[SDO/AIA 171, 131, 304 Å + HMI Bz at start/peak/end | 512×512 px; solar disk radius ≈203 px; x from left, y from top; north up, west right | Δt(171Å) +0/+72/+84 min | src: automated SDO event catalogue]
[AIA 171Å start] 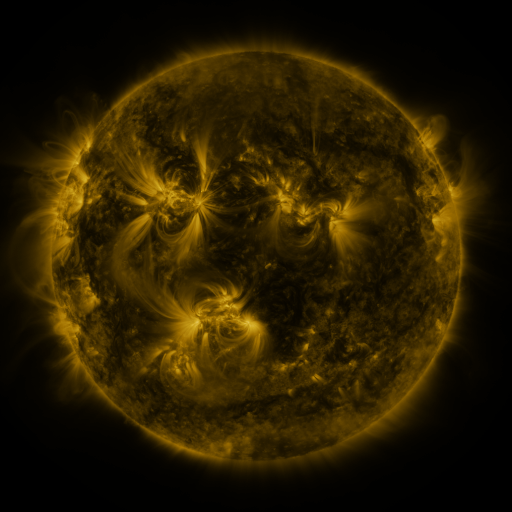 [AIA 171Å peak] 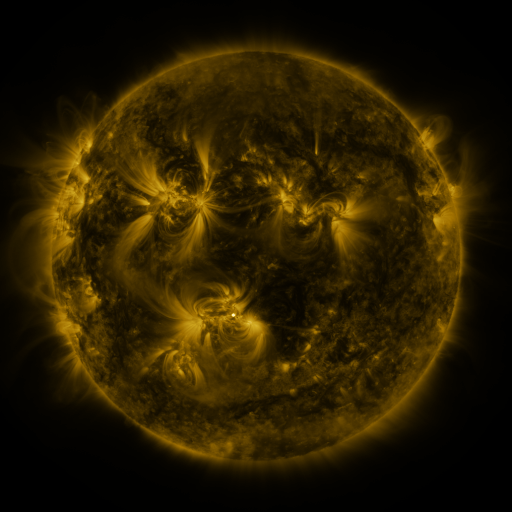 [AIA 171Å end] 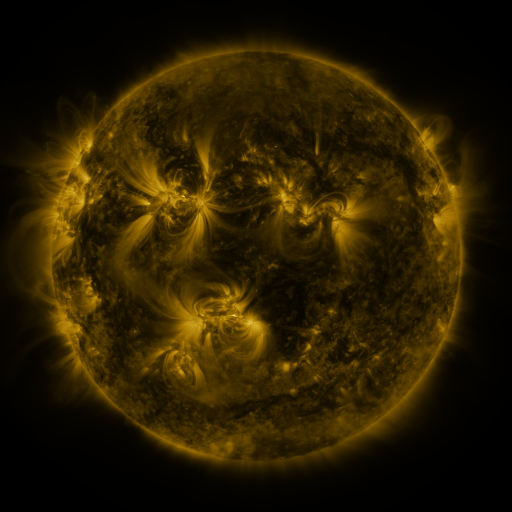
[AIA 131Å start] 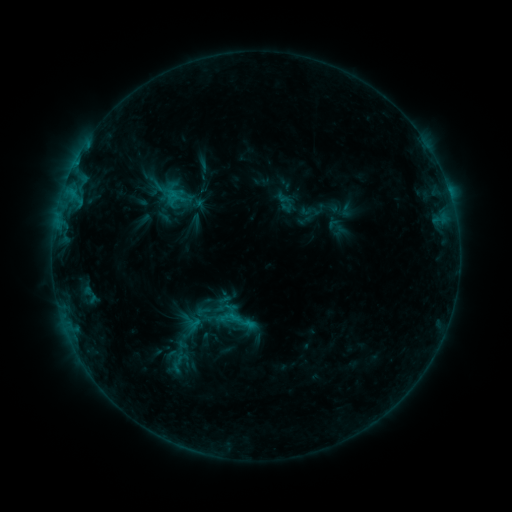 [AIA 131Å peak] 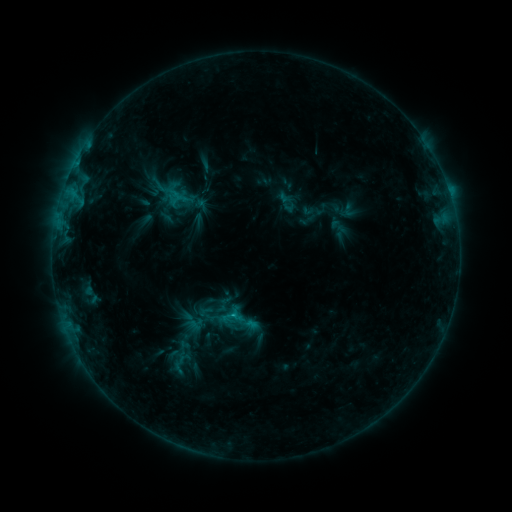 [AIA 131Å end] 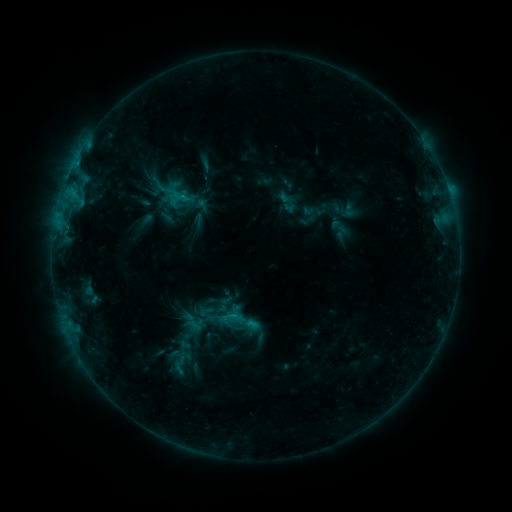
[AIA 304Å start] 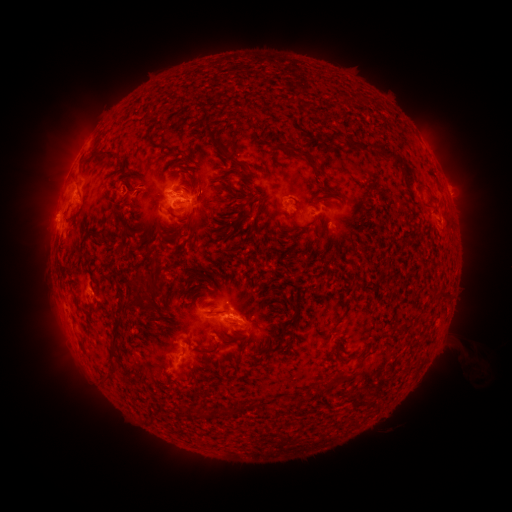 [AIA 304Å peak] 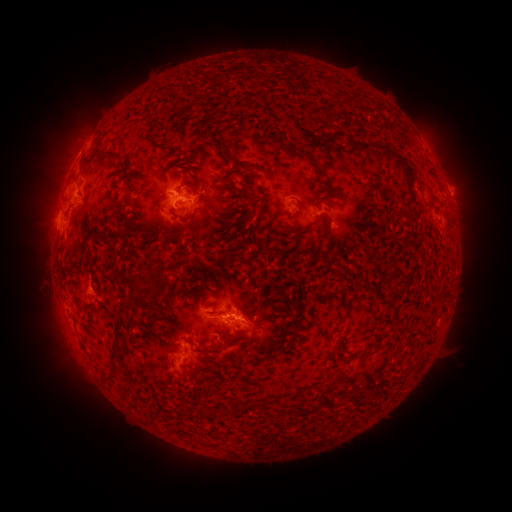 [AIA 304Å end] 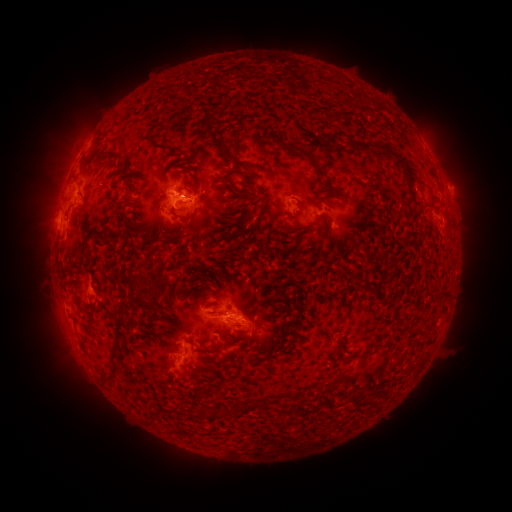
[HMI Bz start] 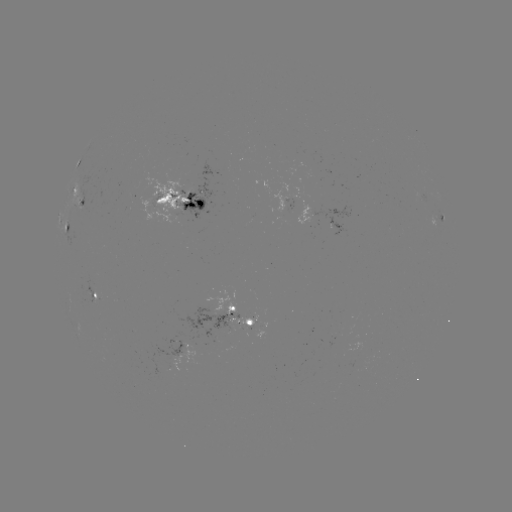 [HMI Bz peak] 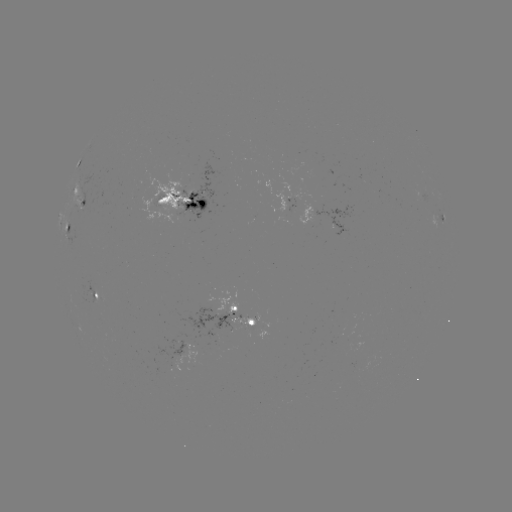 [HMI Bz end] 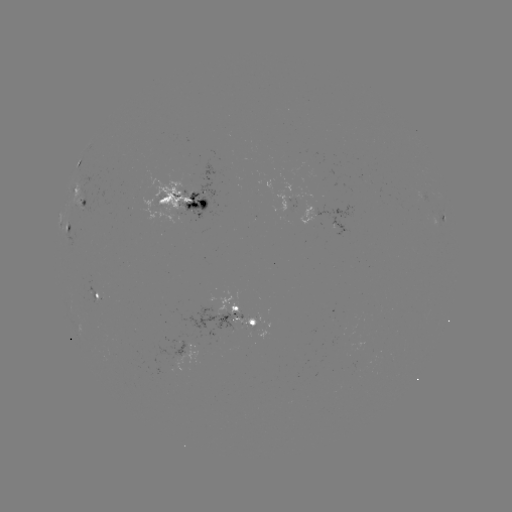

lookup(emerging-flux region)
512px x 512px (252, 319)